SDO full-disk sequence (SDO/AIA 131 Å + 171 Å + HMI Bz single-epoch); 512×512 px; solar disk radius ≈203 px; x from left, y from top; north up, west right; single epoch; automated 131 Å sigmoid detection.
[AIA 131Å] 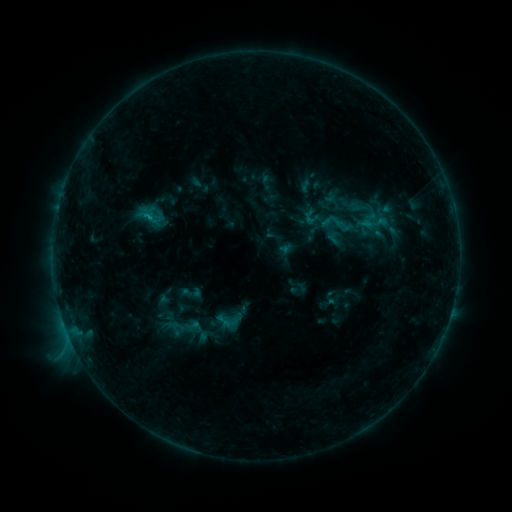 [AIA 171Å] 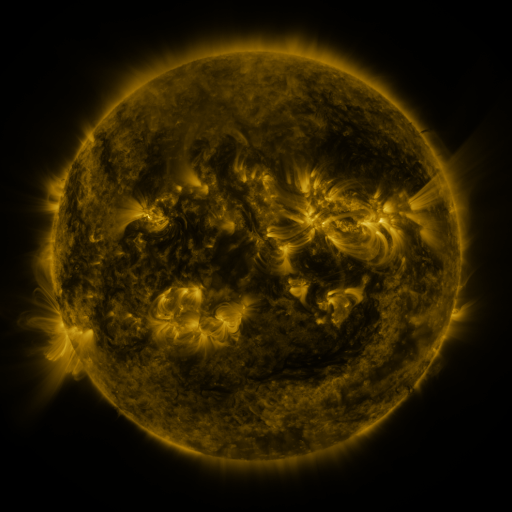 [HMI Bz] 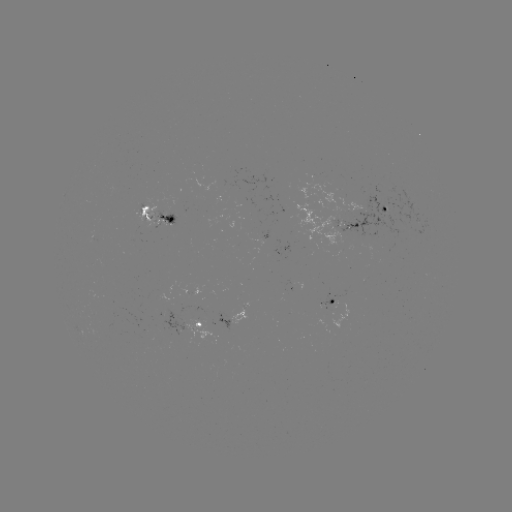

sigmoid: (316, 206, 358, 242)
